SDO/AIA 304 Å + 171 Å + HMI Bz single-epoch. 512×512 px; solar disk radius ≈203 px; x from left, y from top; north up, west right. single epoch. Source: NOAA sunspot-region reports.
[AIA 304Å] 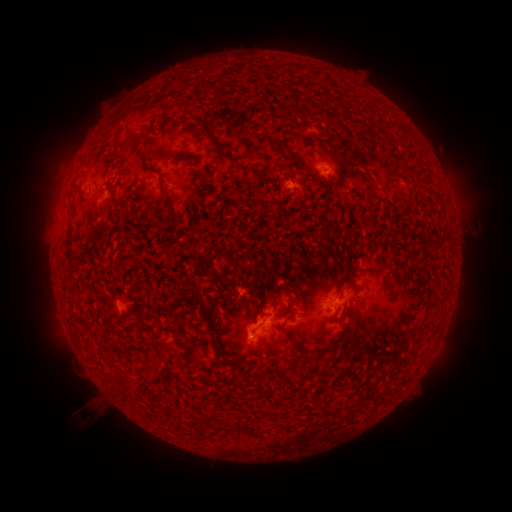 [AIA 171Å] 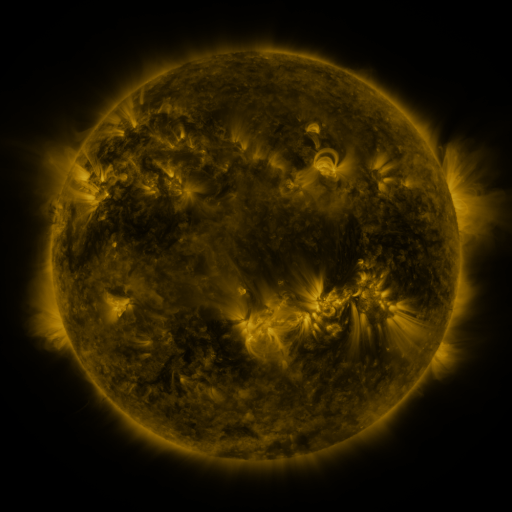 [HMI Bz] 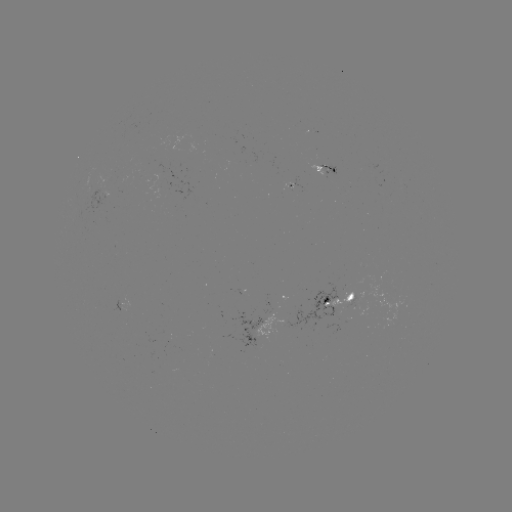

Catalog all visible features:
spotted active region: (330, 169)
spotted active region: (338, 301)
spotted active region: (125, 303)
spotted active region: (249, 337)
